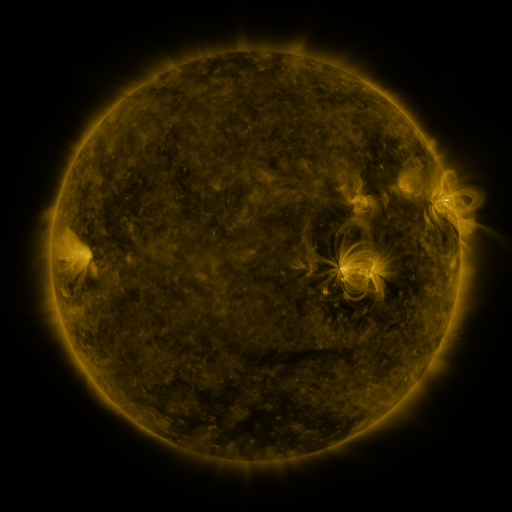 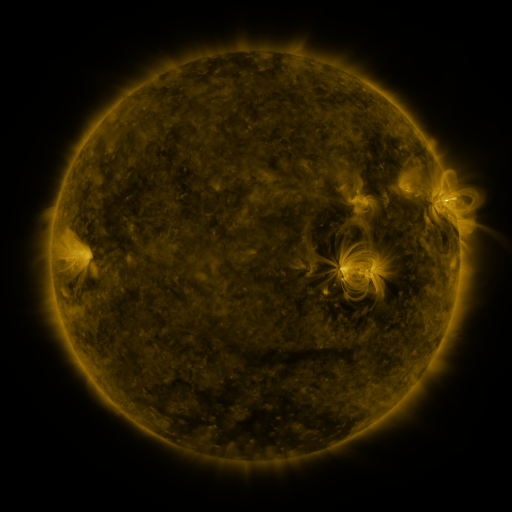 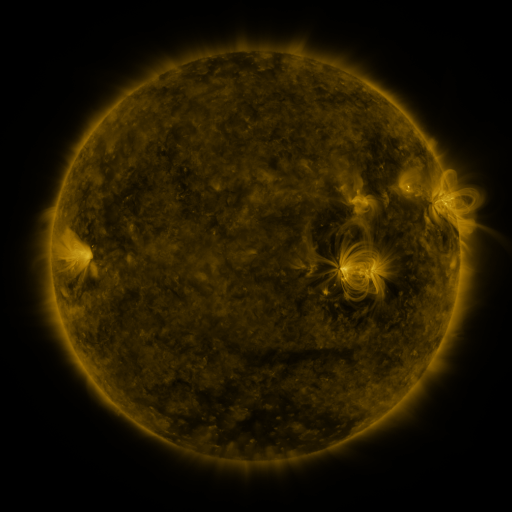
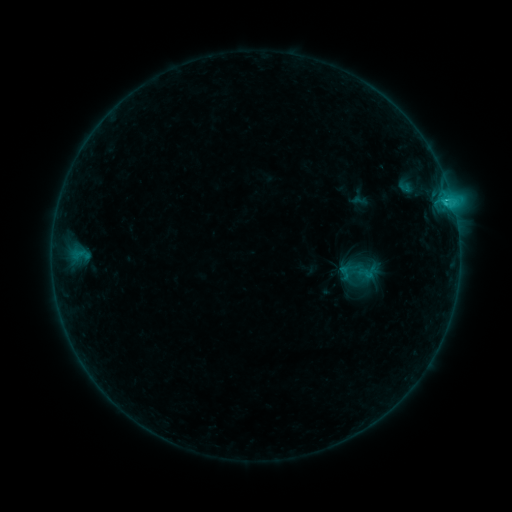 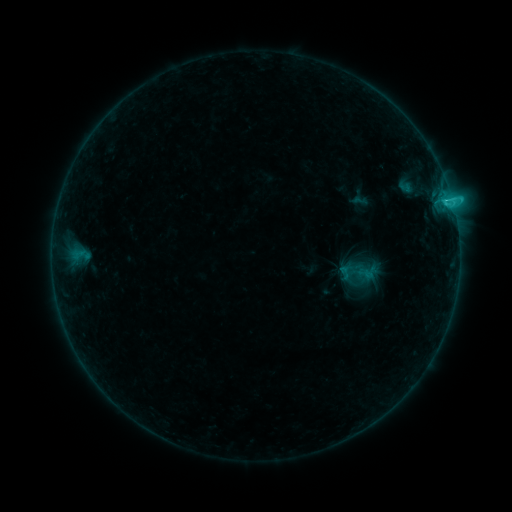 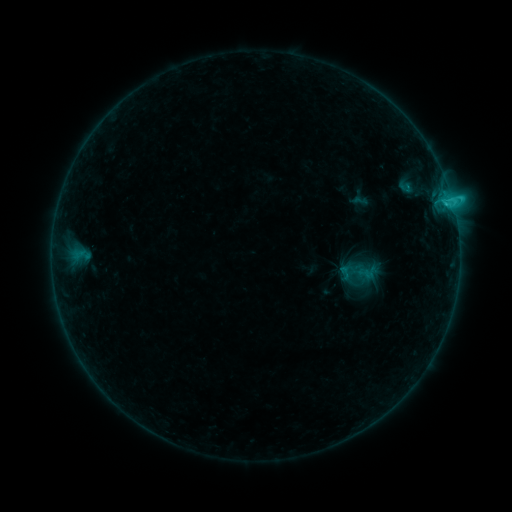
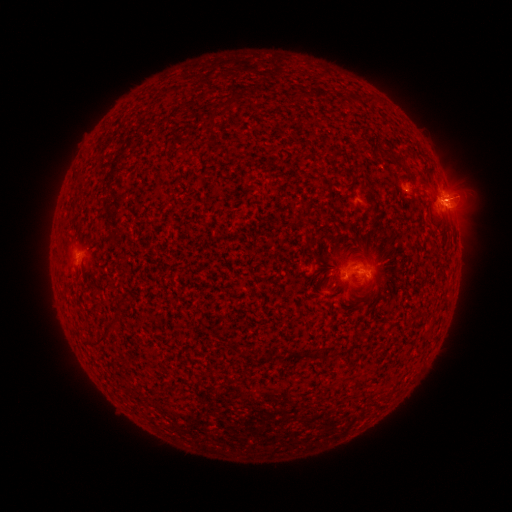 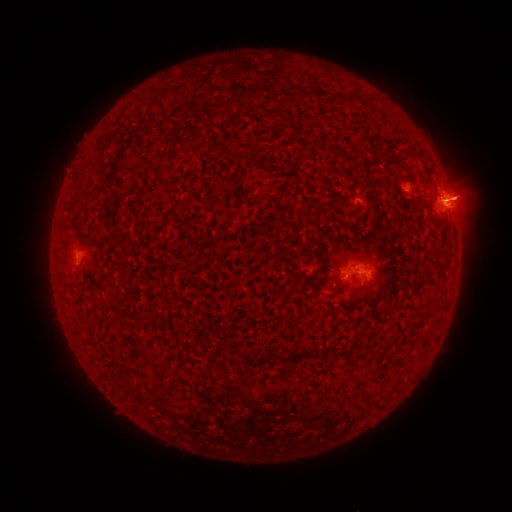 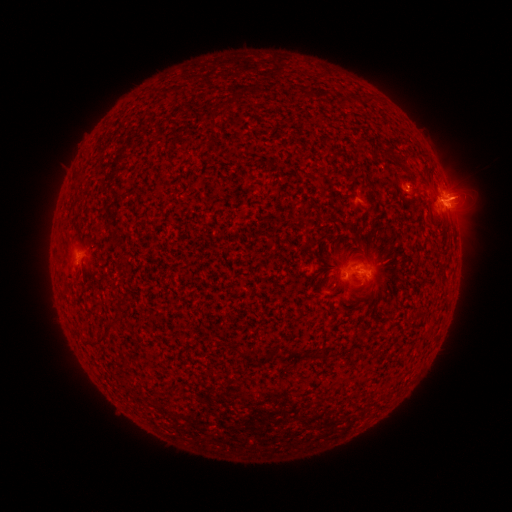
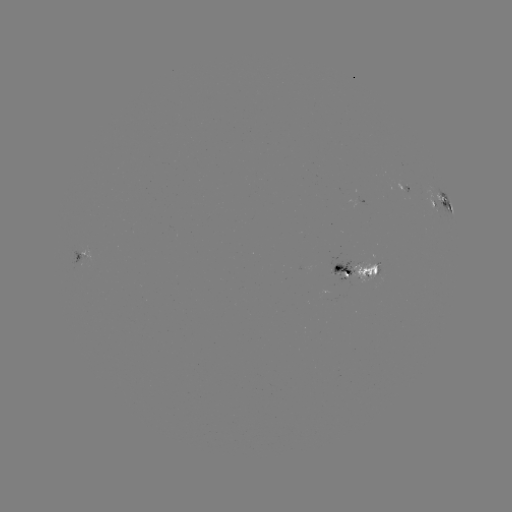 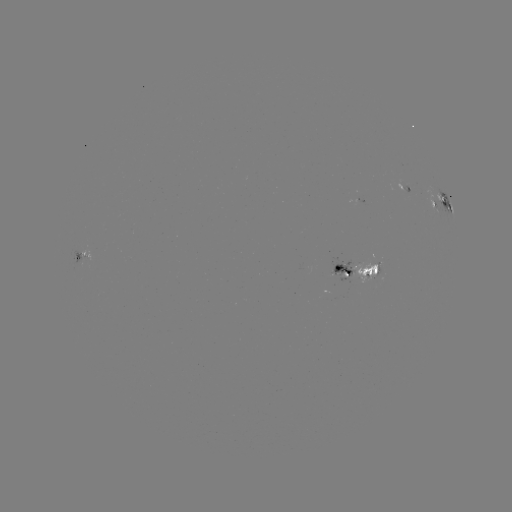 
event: flare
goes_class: C2.5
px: (451, 202)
